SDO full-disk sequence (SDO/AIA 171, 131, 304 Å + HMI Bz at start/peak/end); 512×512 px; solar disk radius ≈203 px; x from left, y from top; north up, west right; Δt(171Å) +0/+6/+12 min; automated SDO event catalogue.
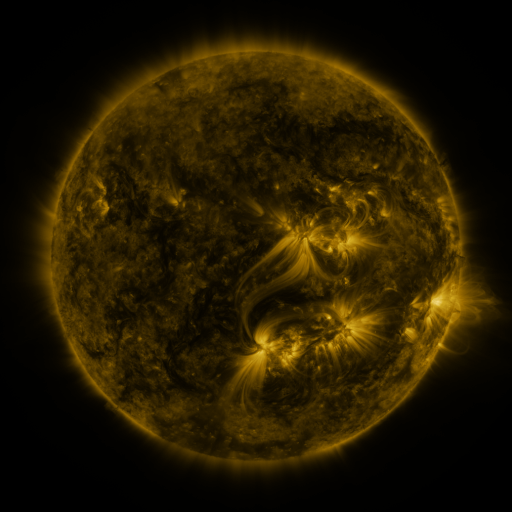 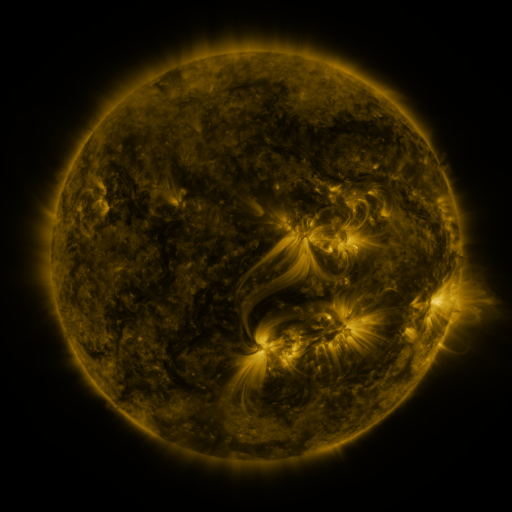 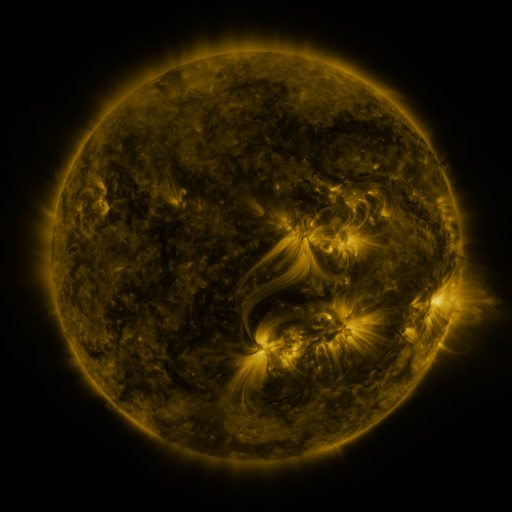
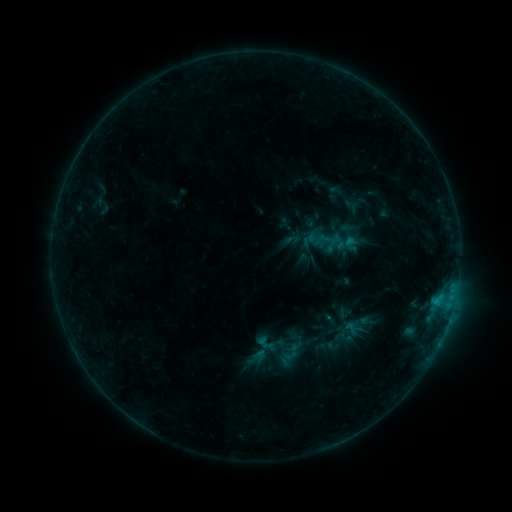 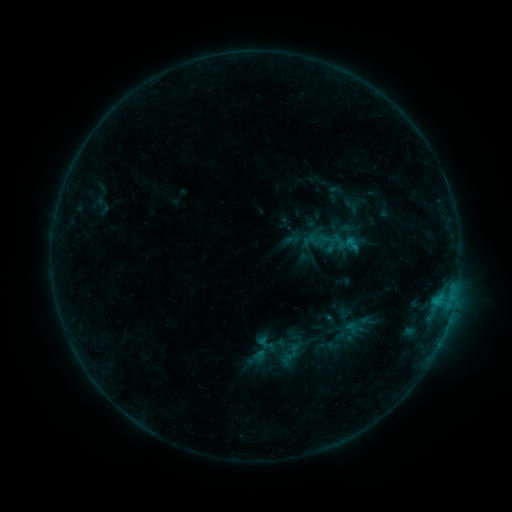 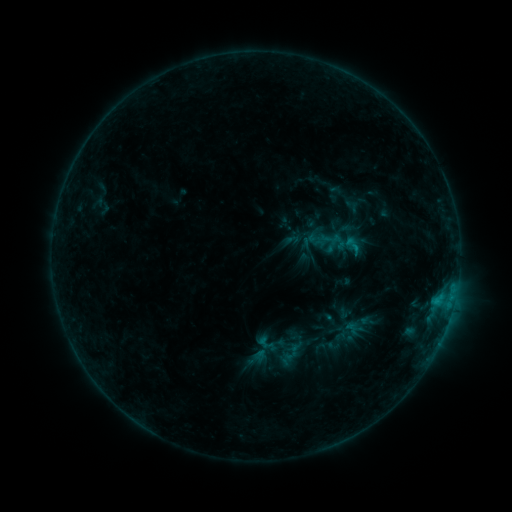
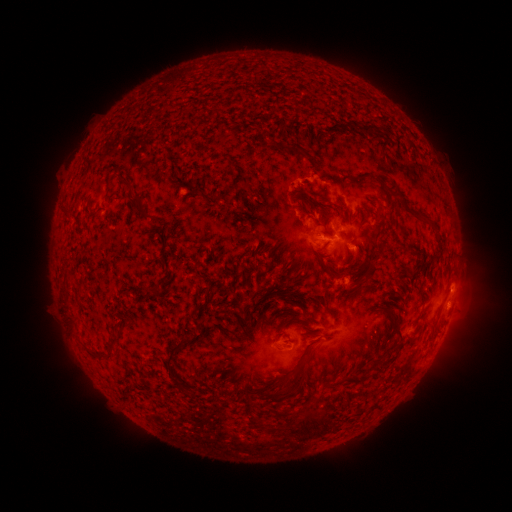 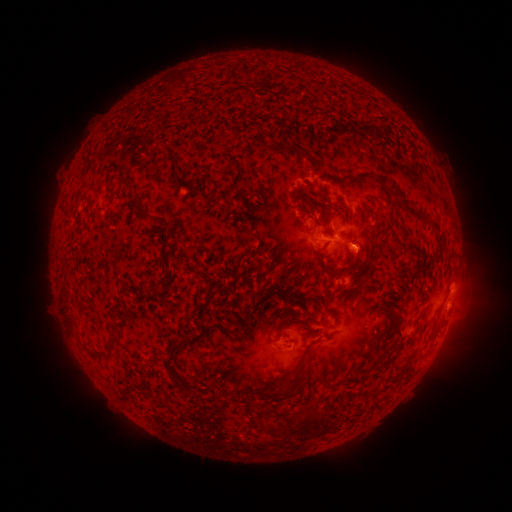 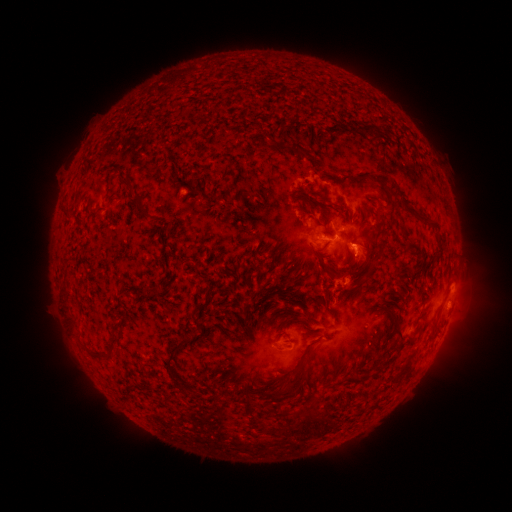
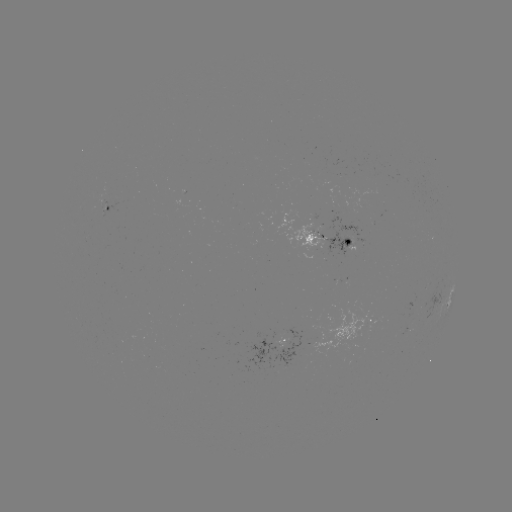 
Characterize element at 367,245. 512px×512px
eruption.